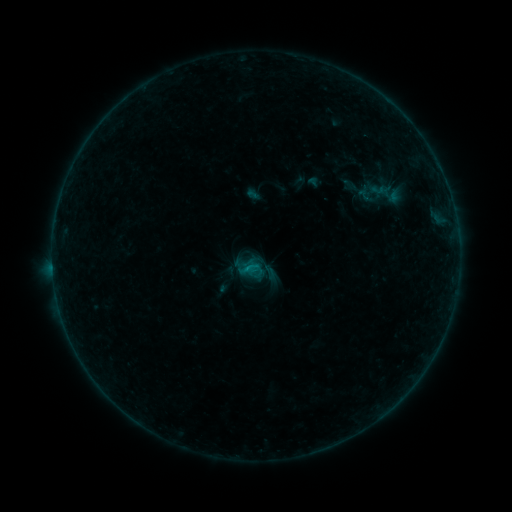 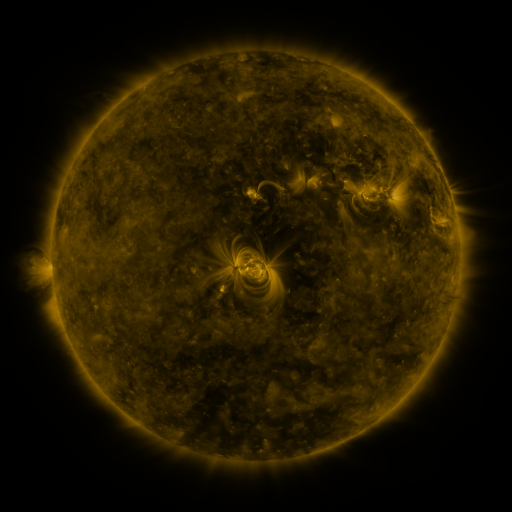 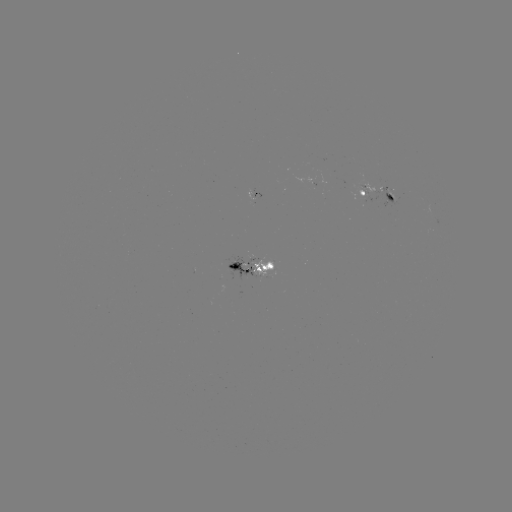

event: sigmoid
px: (366, 196)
